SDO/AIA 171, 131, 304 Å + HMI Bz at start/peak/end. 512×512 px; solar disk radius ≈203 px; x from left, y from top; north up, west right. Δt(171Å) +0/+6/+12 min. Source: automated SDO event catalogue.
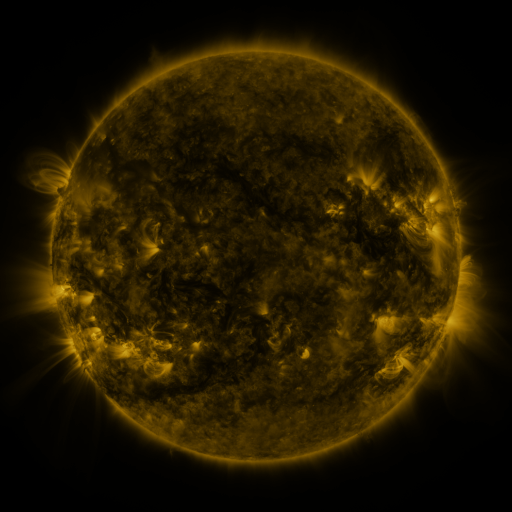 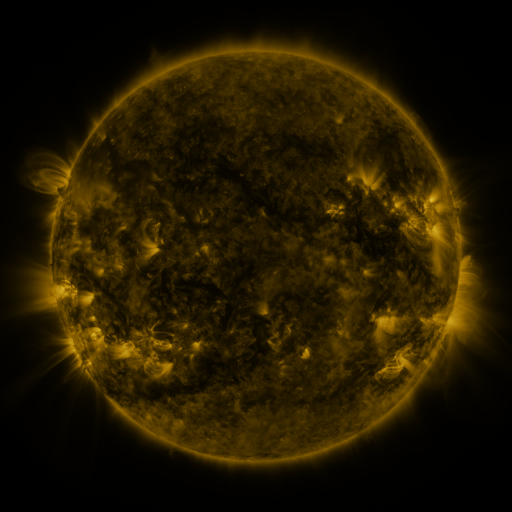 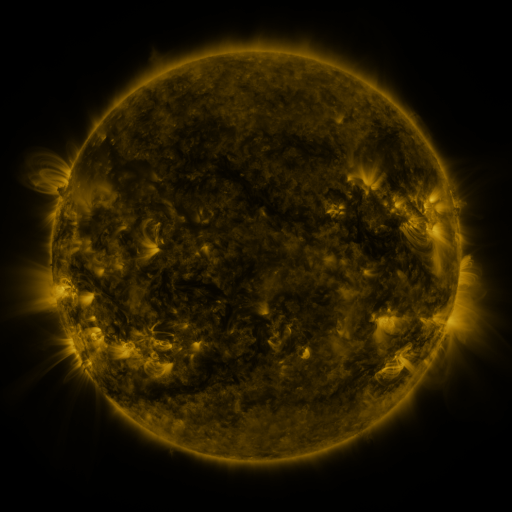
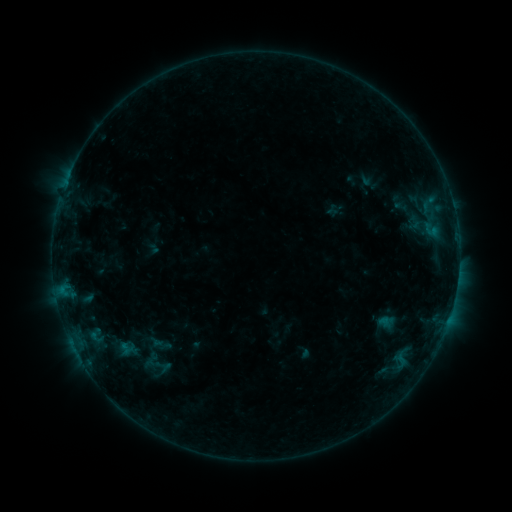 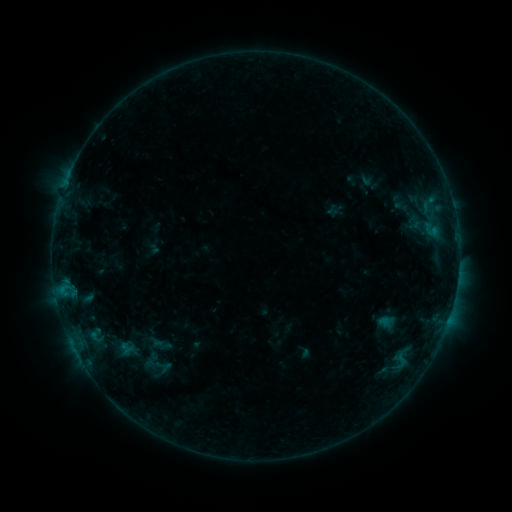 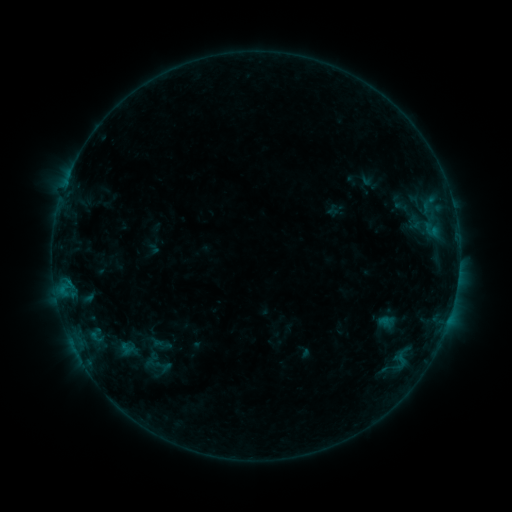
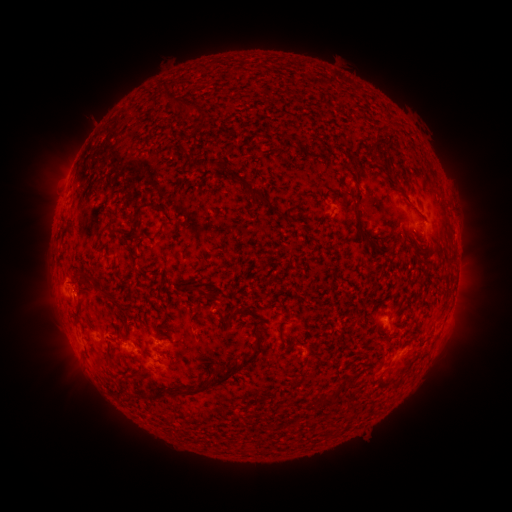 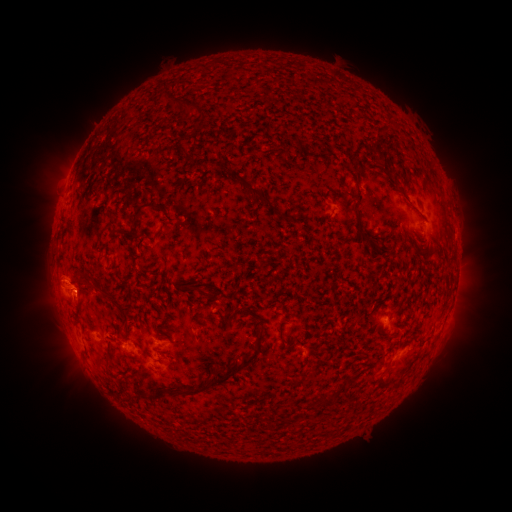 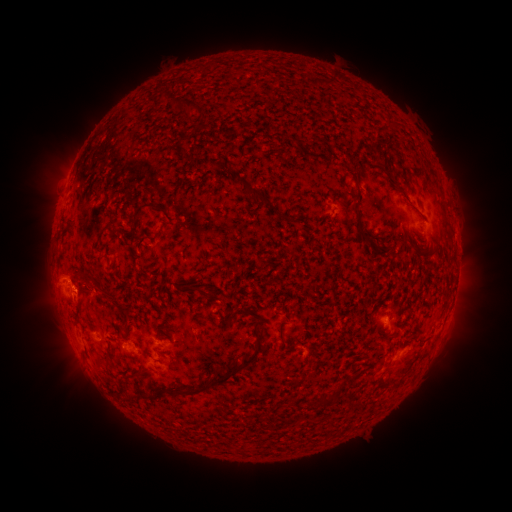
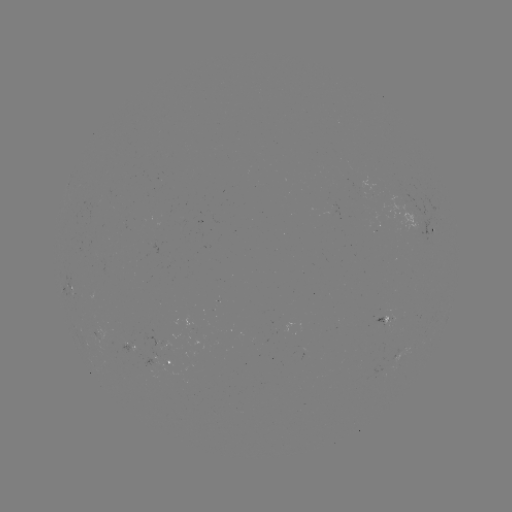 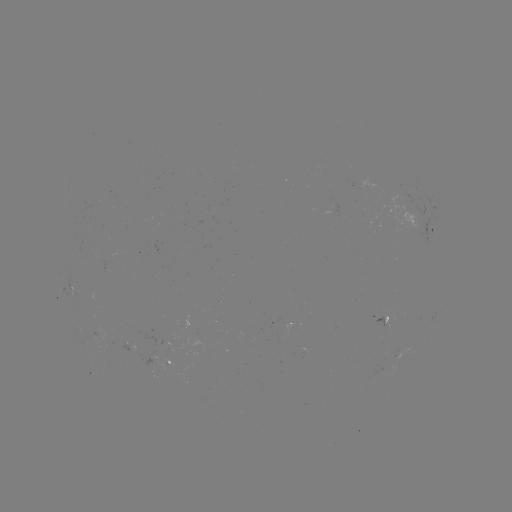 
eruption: (22, 251, 104, 324)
